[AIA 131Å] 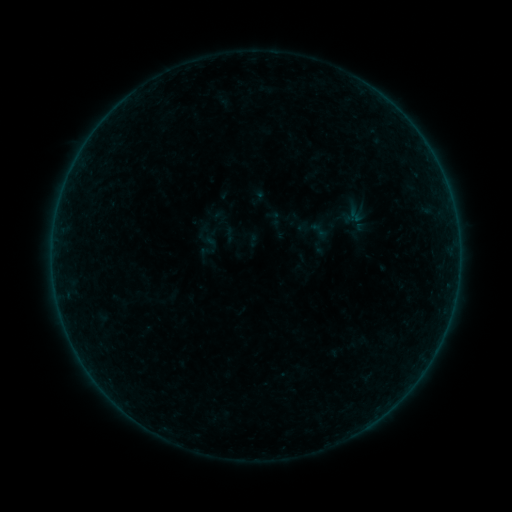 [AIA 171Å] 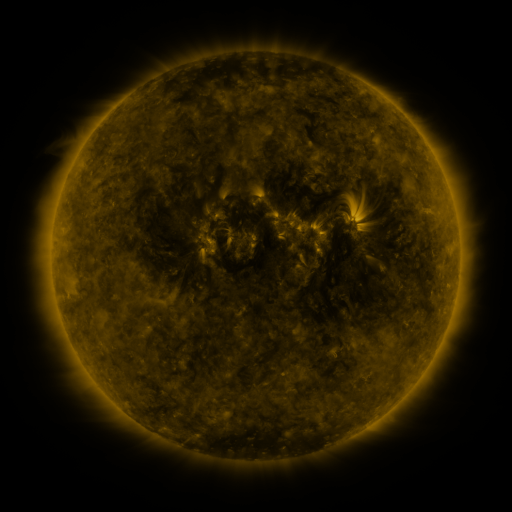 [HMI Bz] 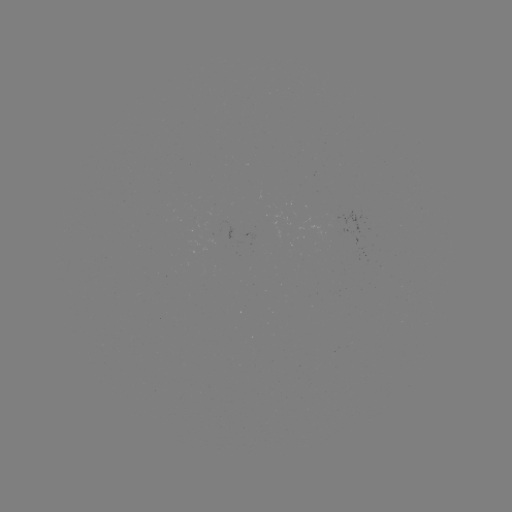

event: sigmoid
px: (319, 230)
